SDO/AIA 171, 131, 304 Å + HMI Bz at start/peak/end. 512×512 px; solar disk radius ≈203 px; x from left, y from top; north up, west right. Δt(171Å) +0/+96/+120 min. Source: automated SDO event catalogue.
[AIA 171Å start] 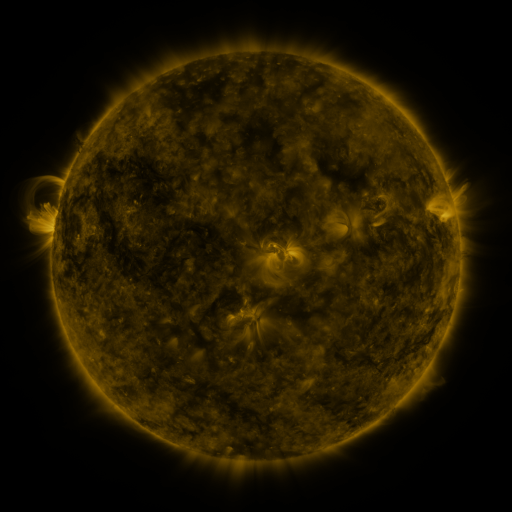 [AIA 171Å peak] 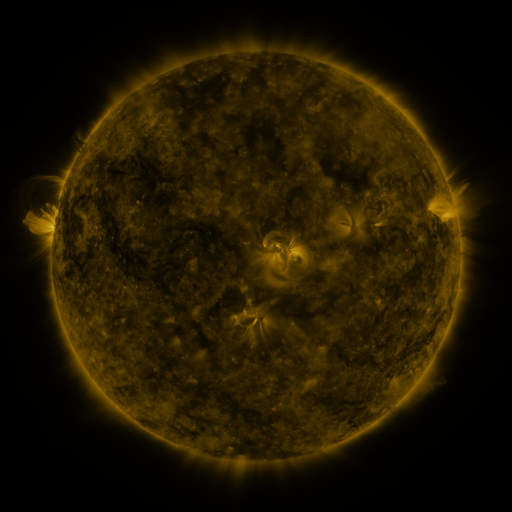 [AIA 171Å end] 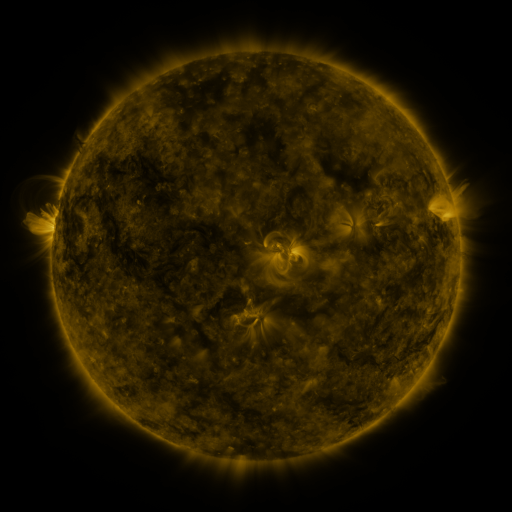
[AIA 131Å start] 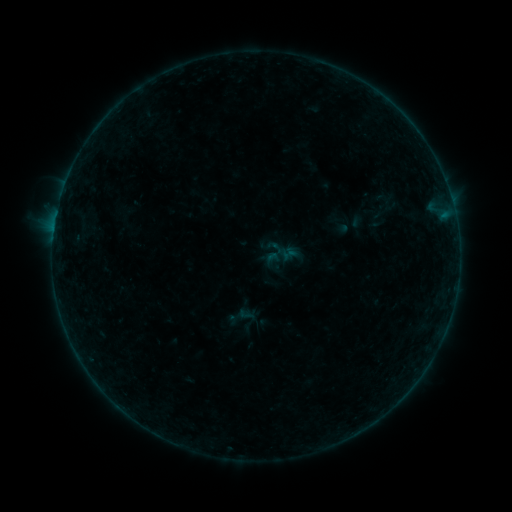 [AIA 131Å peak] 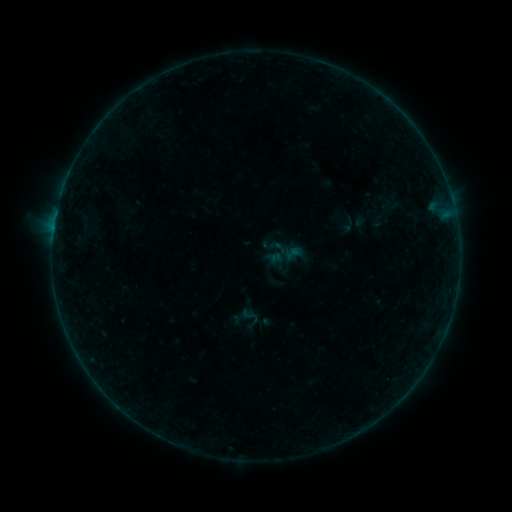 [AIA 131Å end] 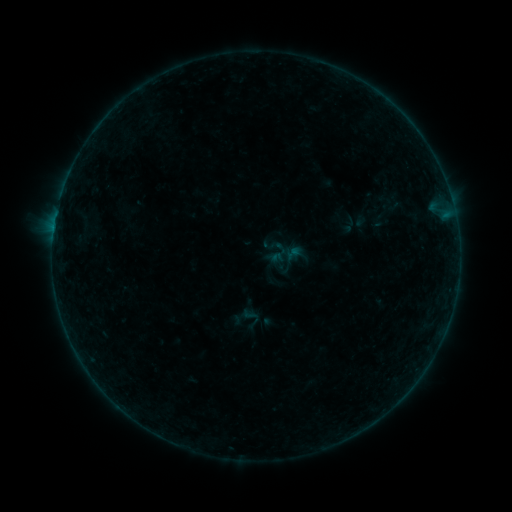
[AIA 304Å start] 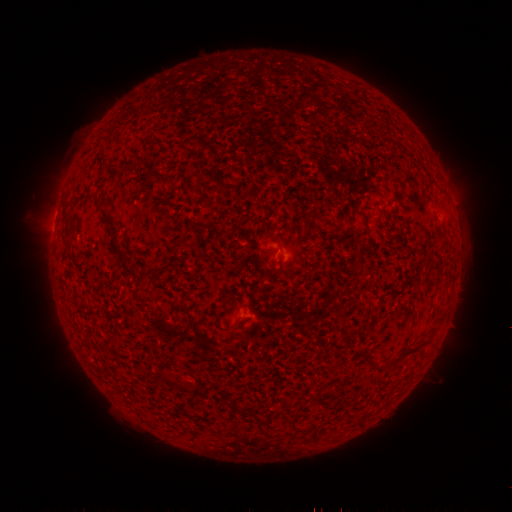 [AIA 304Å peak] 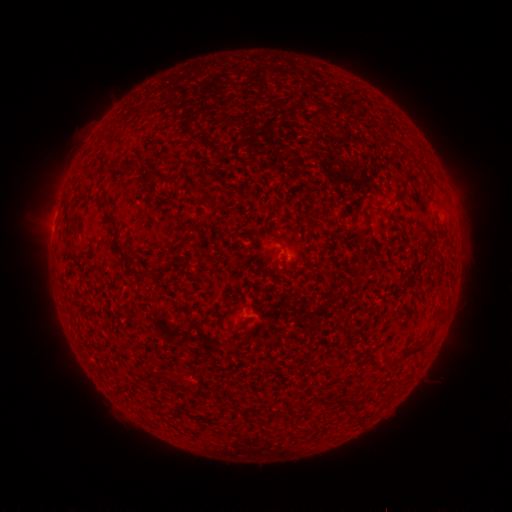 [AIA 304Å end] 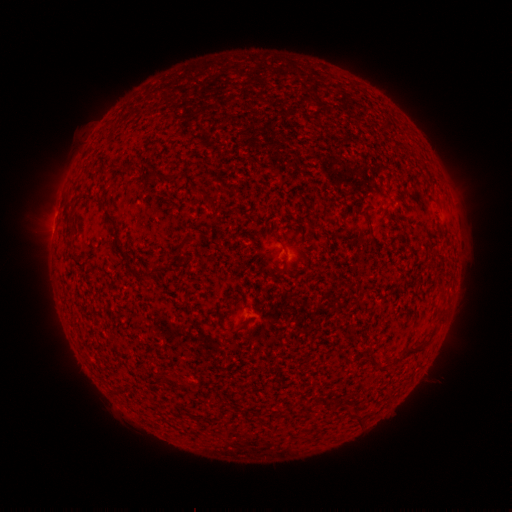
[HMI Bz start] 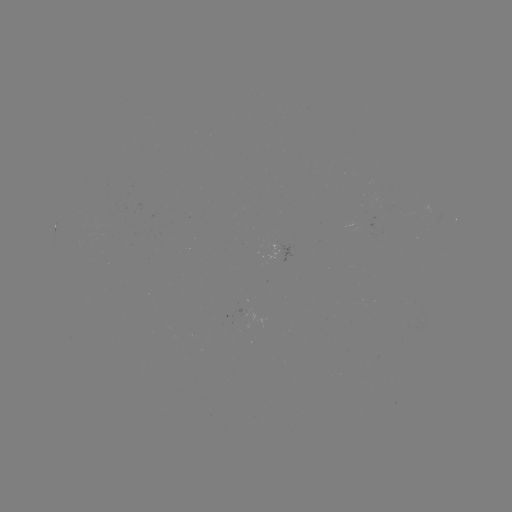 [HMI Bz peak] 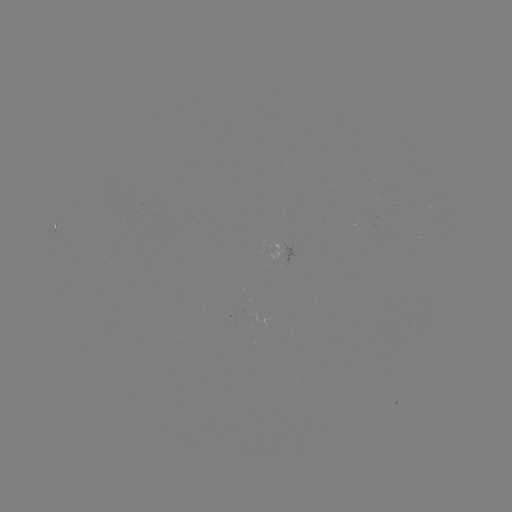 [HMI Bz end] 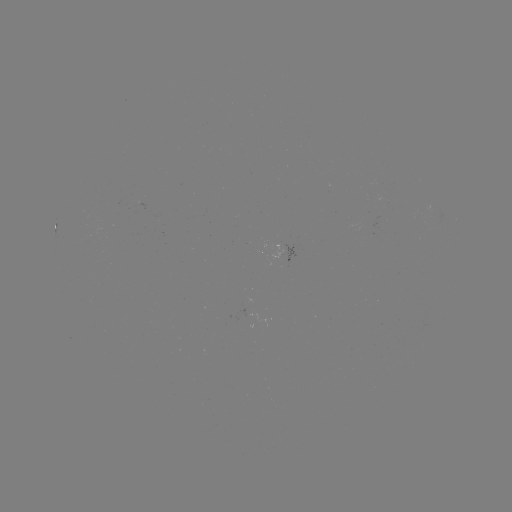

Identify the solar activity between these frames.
emerging-flux region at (143, 336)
